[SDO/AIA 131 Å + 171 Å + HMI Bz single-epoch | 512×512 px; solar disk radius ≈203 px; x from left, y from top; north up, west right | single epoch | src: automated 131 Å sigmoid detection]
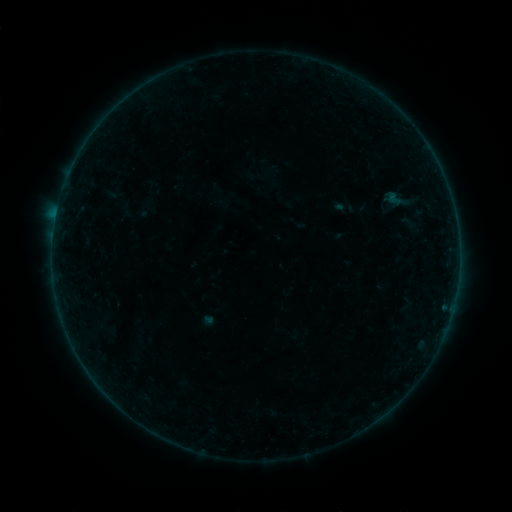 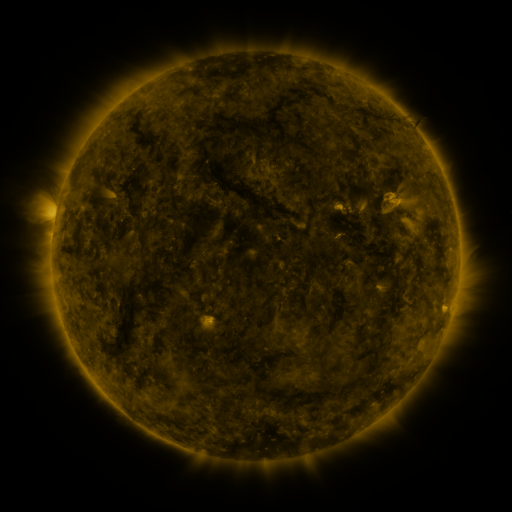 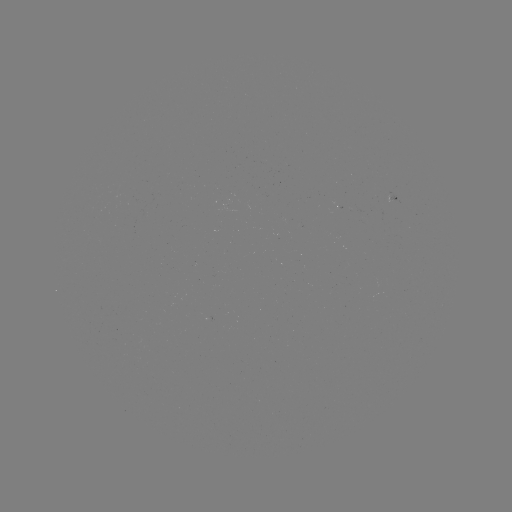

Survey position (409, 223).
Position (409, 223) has sigmoid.